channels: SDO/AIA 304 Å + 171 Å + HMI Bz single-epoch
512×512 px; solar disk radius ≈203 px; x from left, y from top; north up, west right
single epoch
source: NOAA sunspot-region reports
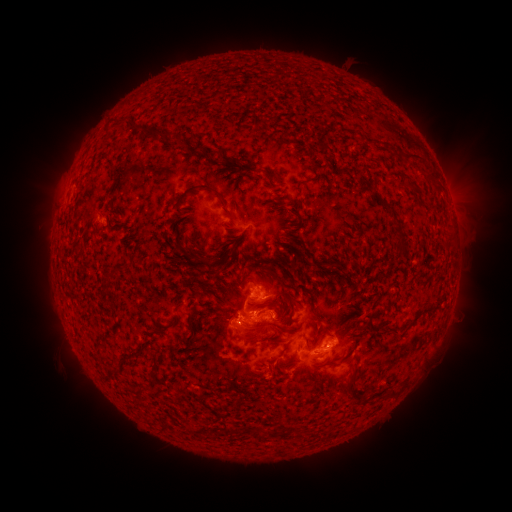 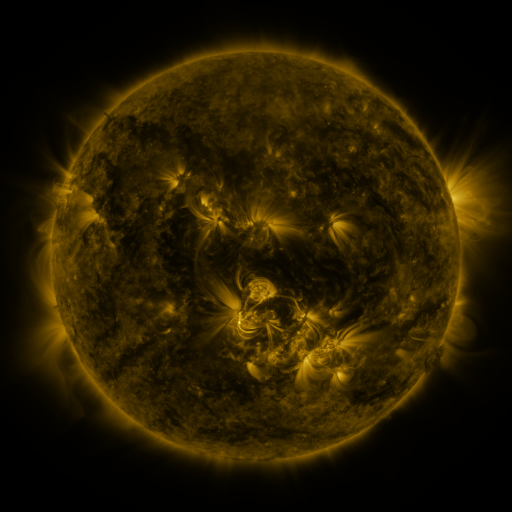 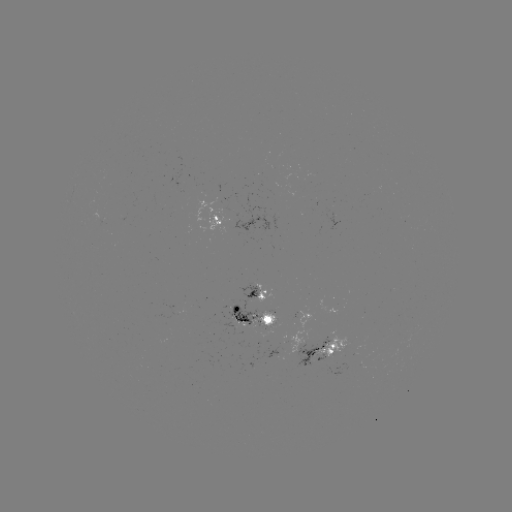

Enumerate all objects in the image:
spotted active region: (217, 220)
spotted active region: (263, 295)
spotted active region: (252, 315)
spotted active region: (331, 345)
spotted active region: (317, 354)
